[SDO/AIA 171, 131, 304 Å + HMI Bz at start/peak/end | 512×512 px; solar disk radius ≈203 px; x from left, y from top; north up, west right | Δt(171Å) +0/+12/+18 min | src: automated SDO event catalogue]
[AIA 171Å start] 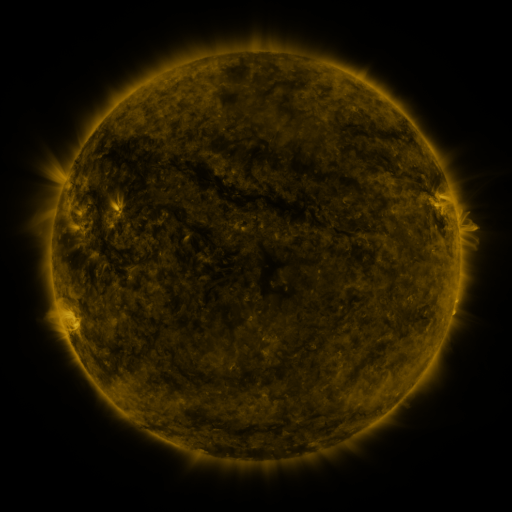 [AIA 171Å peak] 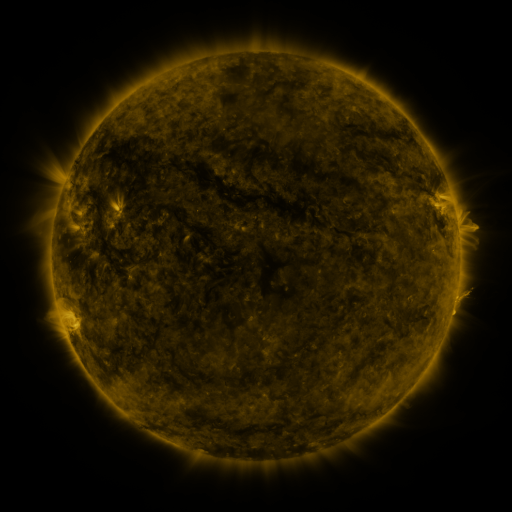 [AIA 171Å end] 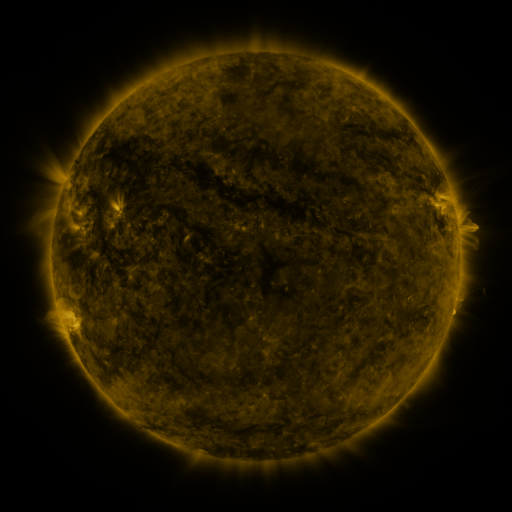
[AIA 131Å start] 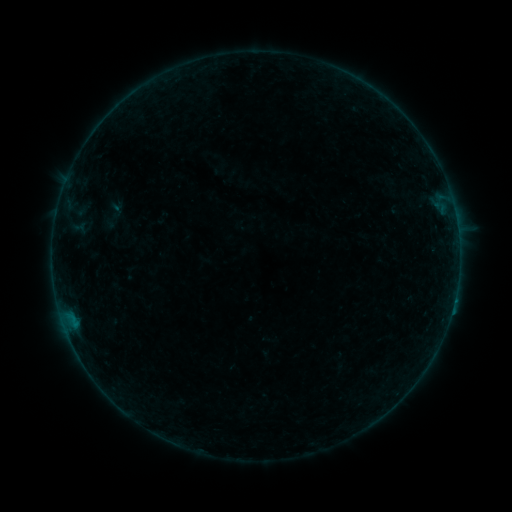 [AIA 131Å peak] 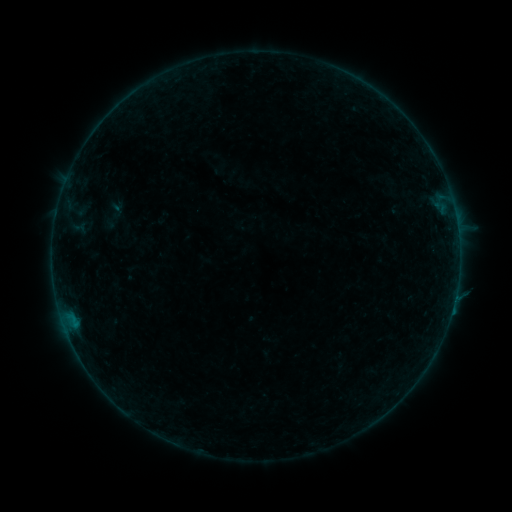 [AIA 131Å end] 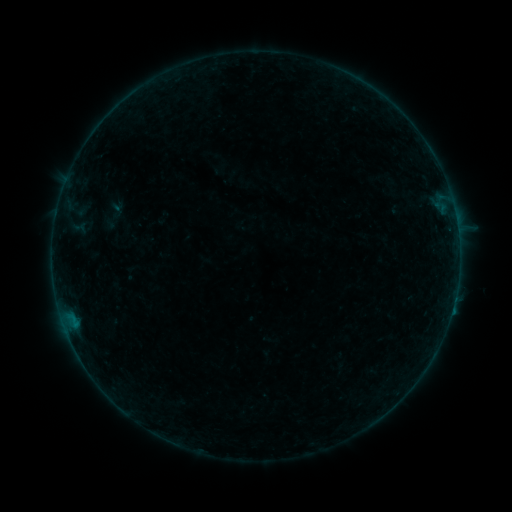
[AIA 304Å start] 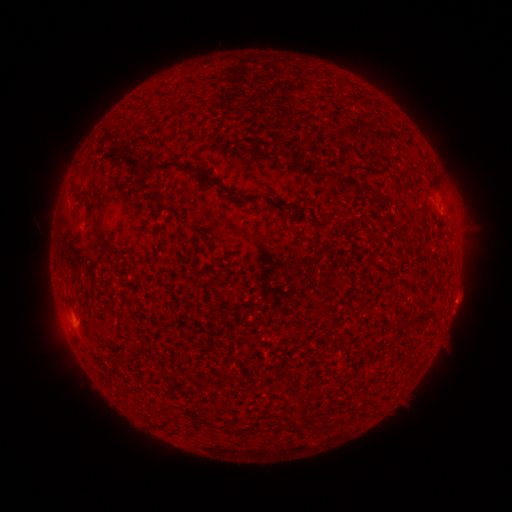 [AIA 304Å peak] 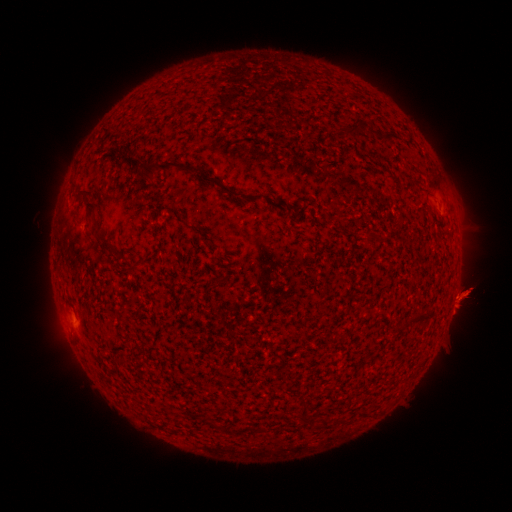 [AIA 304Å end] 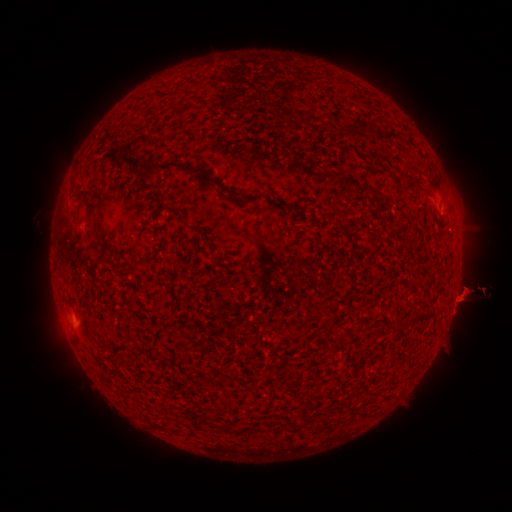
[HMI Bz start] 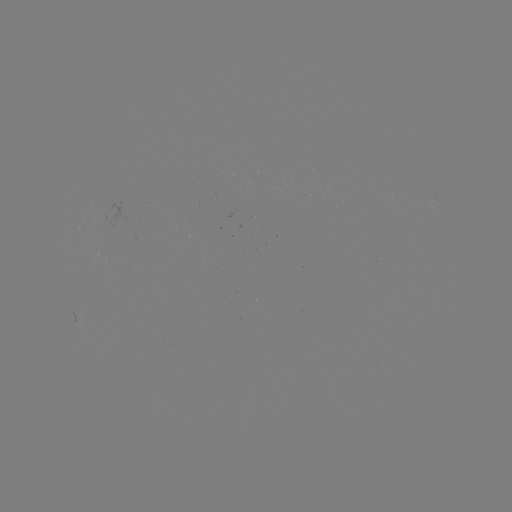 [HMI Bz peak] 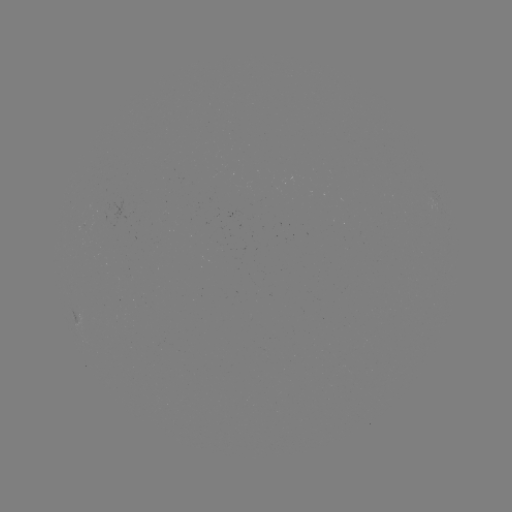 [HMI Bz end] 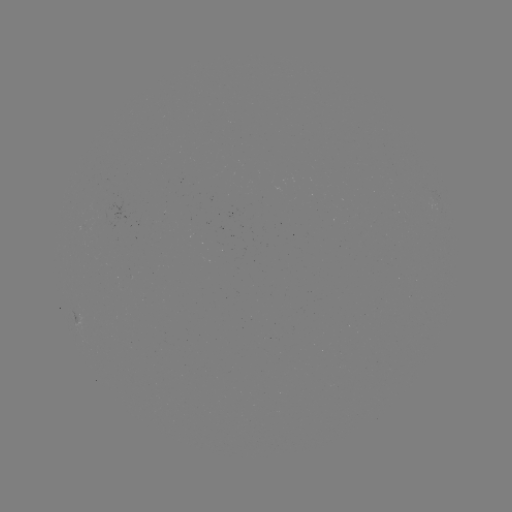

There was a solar eruption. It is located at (462, 295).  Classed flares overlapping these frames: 1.